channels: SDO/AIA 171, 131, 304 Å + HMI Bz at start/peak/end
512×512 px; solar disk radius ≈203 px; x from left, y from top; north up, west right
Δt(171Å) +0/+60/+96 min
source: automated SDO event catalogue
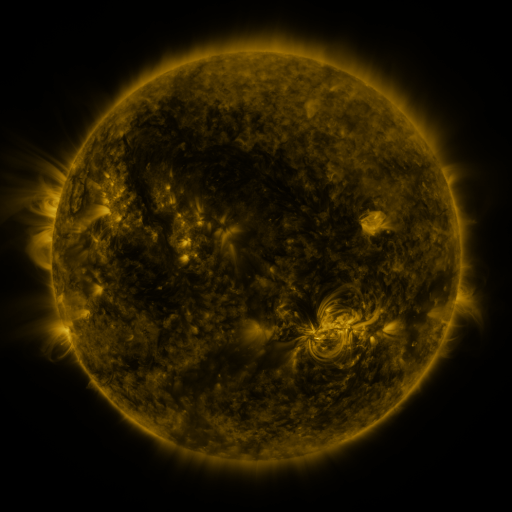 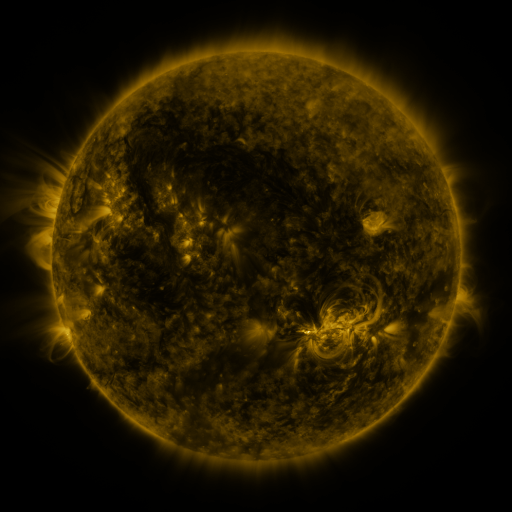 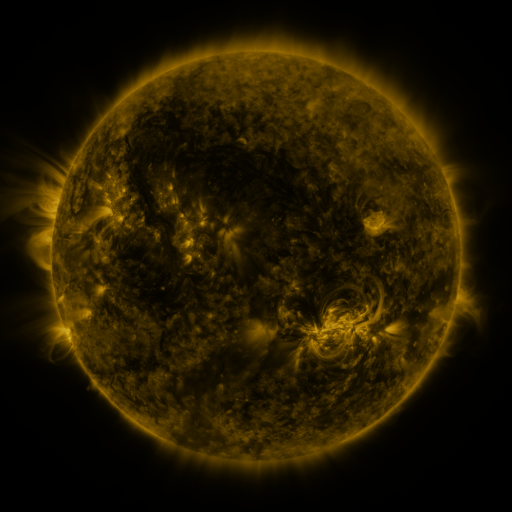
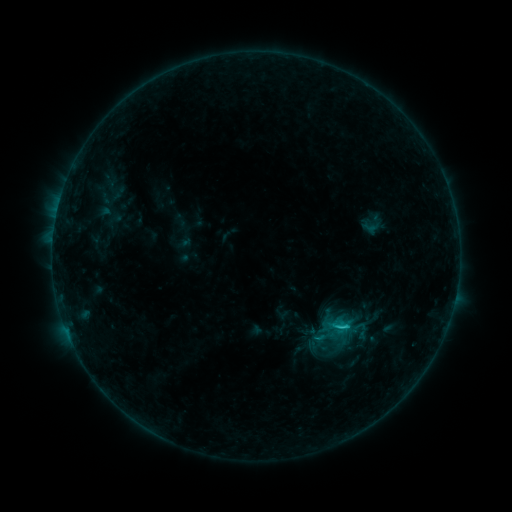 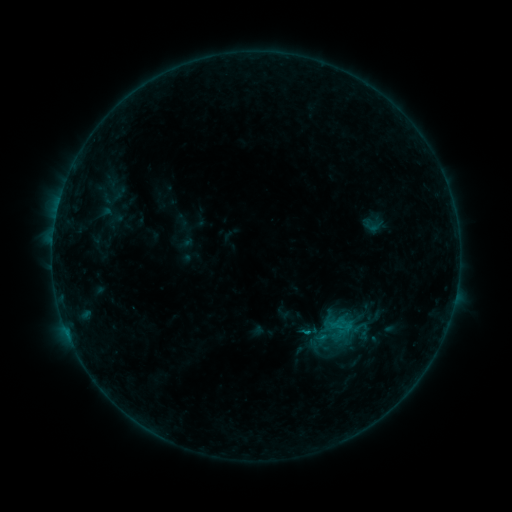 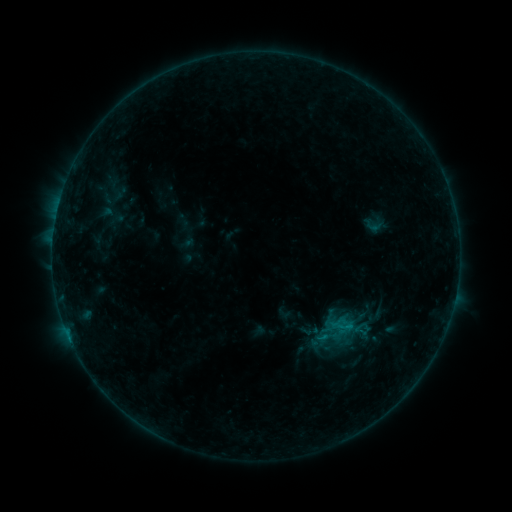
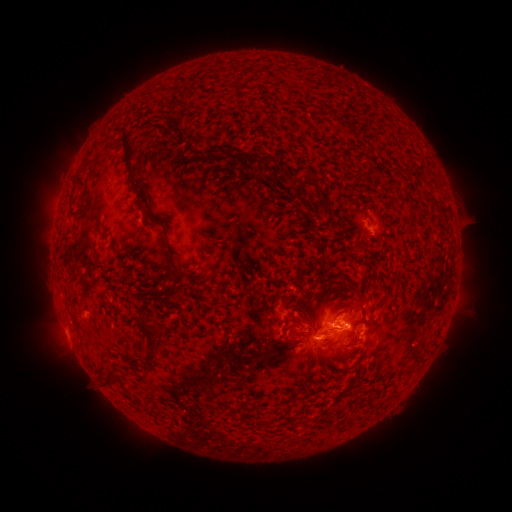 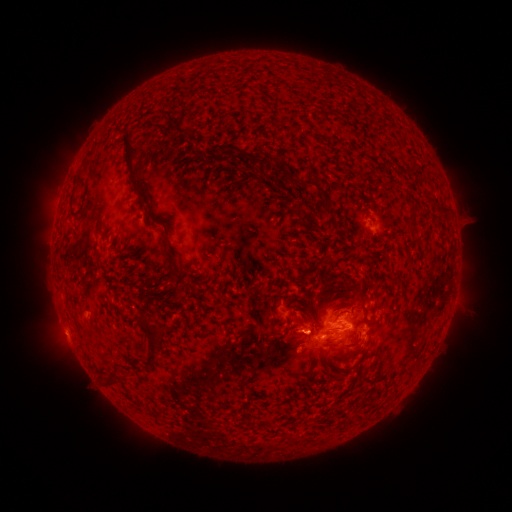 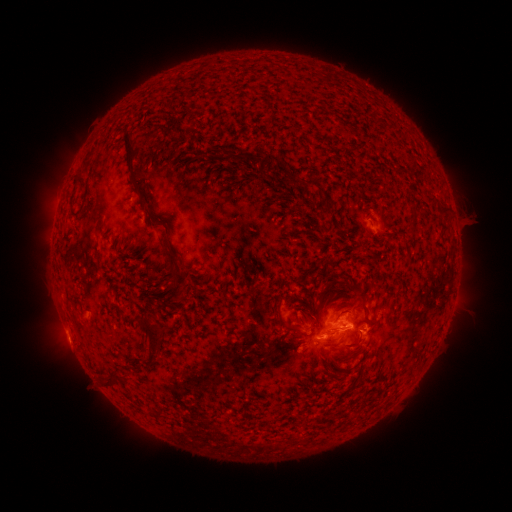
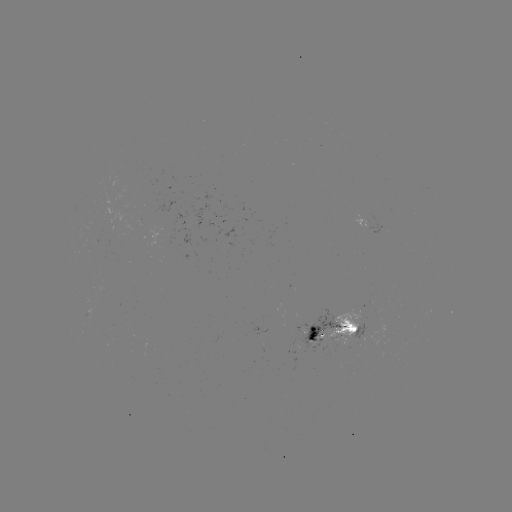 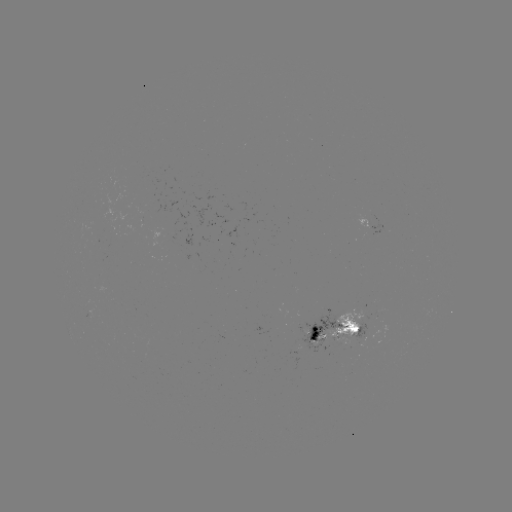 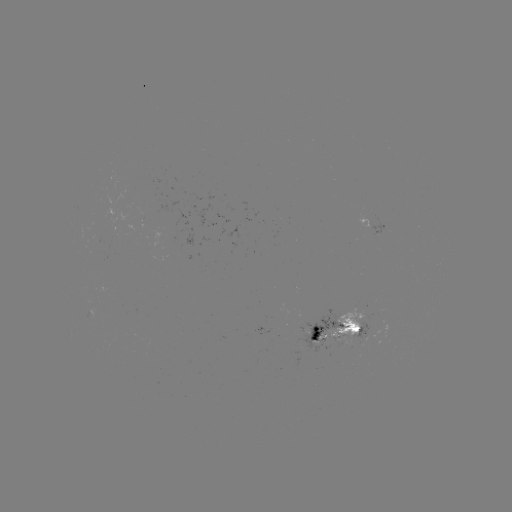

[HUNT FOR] emerging-flux region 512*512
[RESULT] [365, 220]